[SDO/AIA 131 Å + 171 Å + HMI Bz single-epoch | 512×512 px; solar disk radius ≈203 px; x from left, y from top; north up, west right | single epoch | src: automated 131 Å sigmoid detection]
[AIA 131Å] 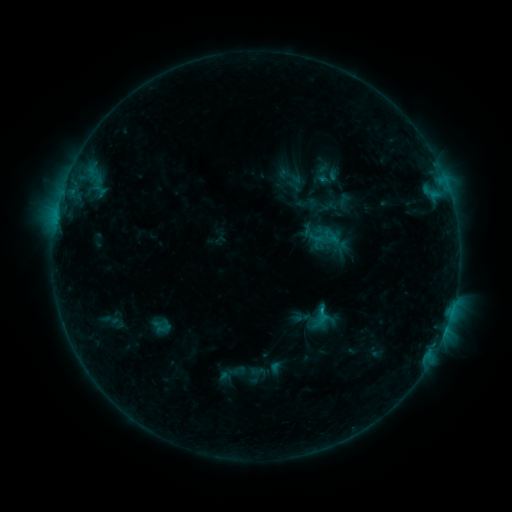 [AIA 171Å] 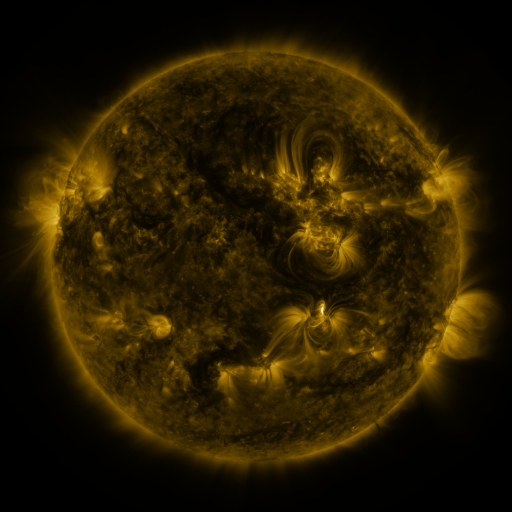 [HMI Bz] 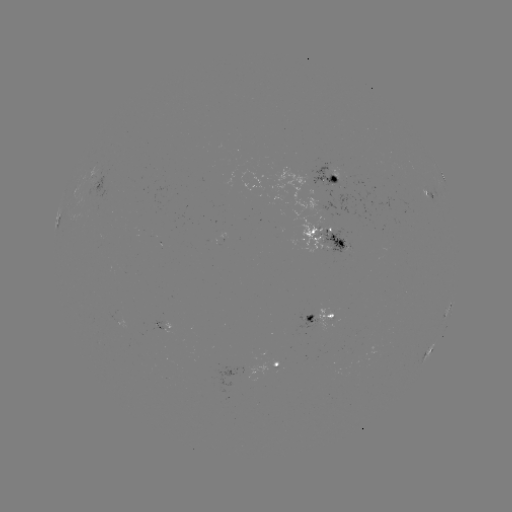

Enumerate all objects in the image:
sigmoid: [315, 229, 338, 250]
